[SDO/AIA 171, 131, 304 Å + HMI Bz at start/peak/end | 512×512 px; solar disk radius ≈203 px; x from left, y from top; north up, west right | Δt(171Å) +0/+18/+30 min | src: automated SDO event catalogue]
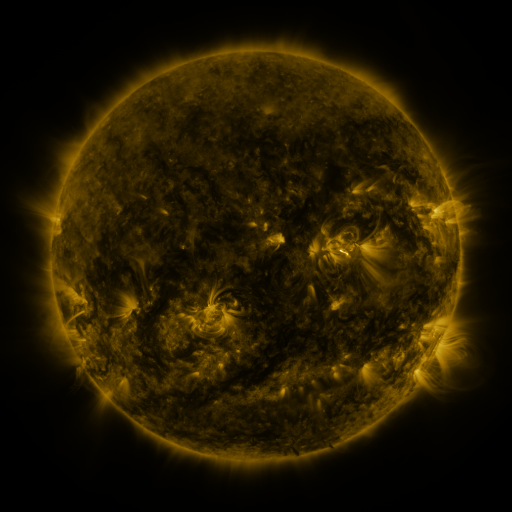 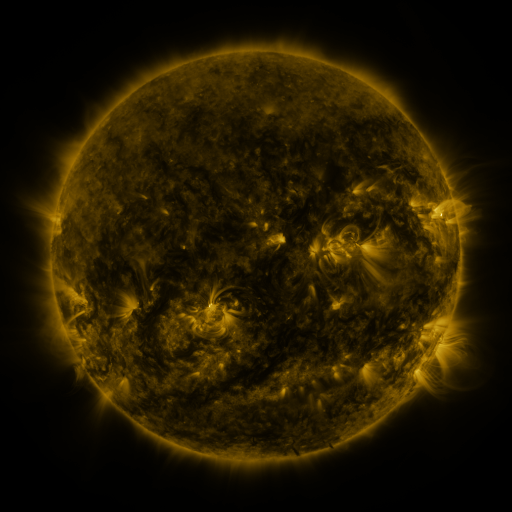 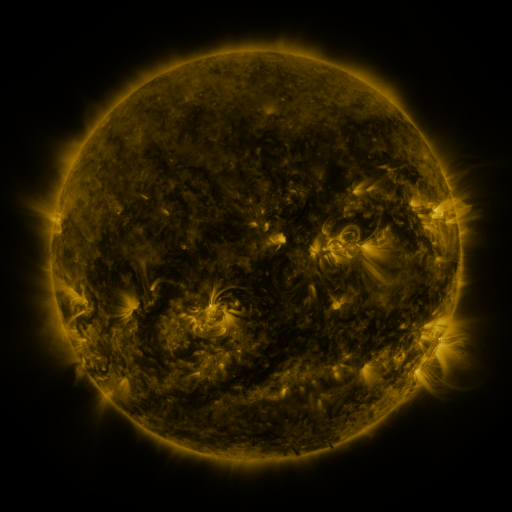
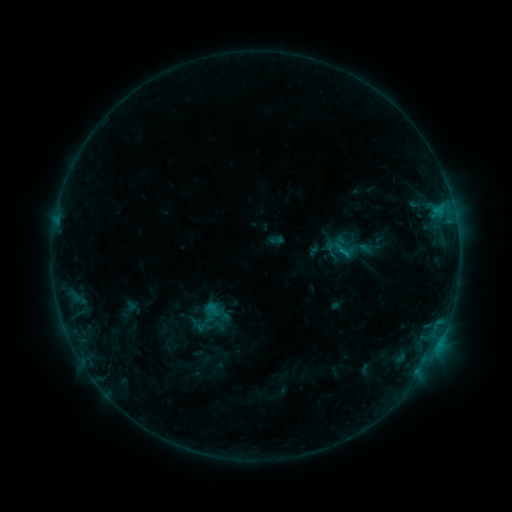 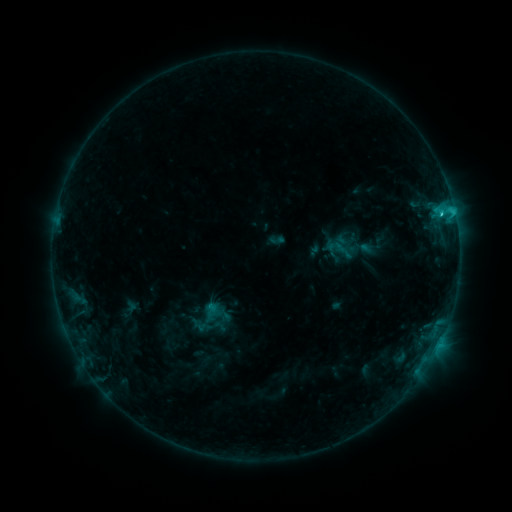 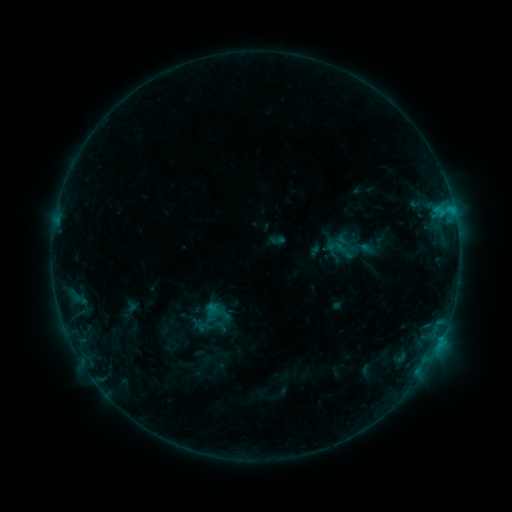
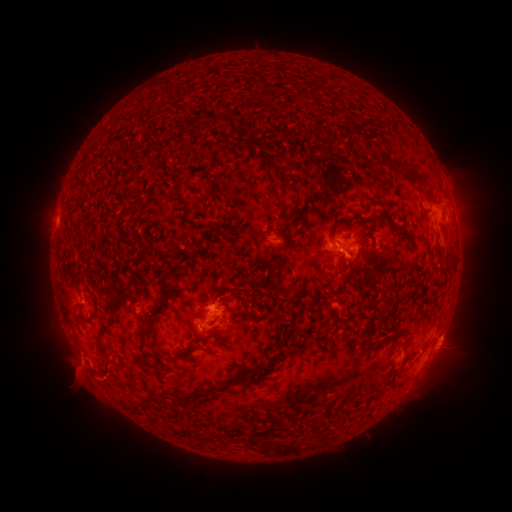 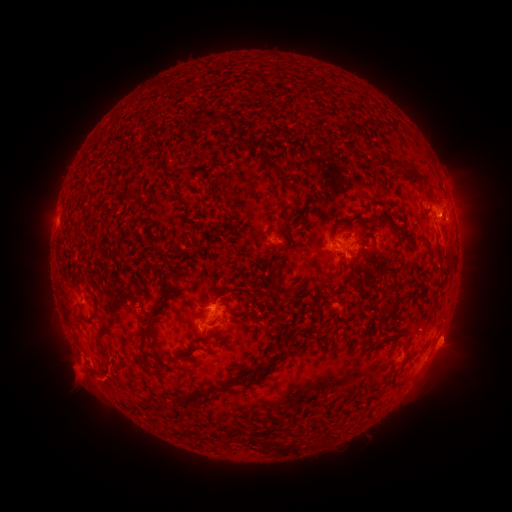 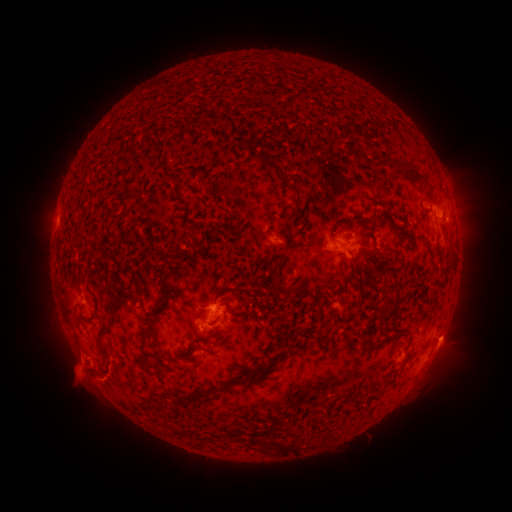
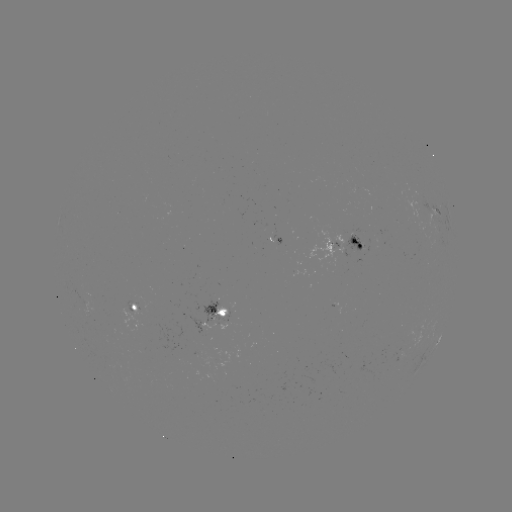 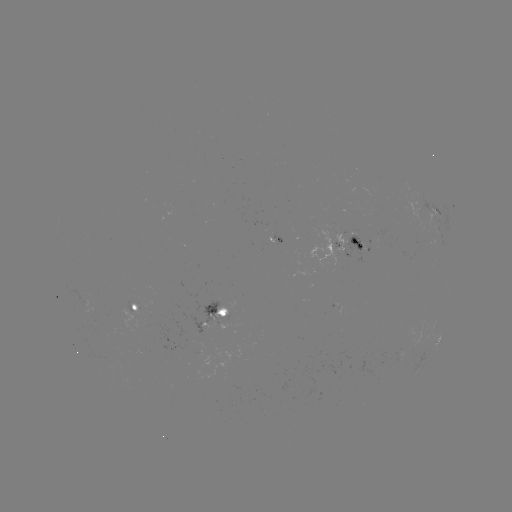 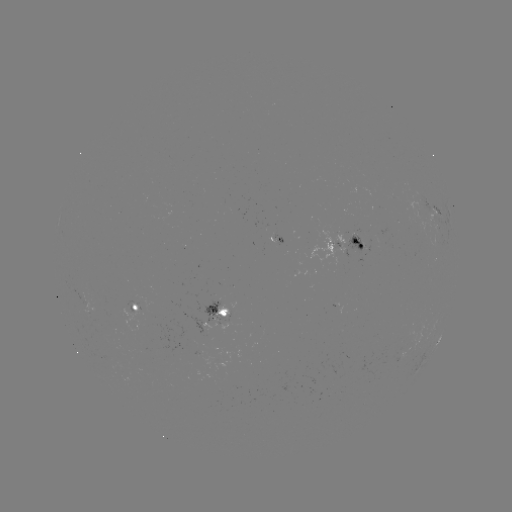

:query C1.8 flare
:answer (441, 216)